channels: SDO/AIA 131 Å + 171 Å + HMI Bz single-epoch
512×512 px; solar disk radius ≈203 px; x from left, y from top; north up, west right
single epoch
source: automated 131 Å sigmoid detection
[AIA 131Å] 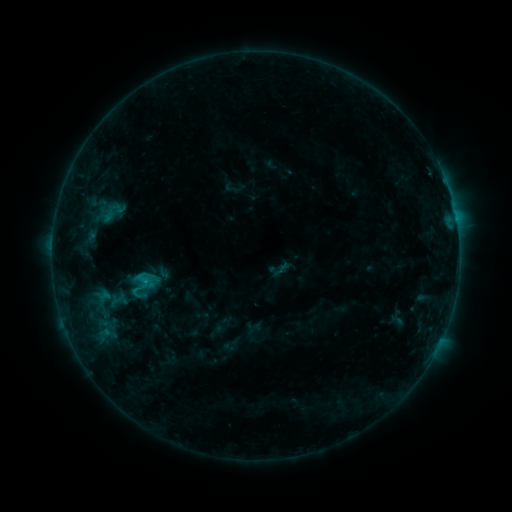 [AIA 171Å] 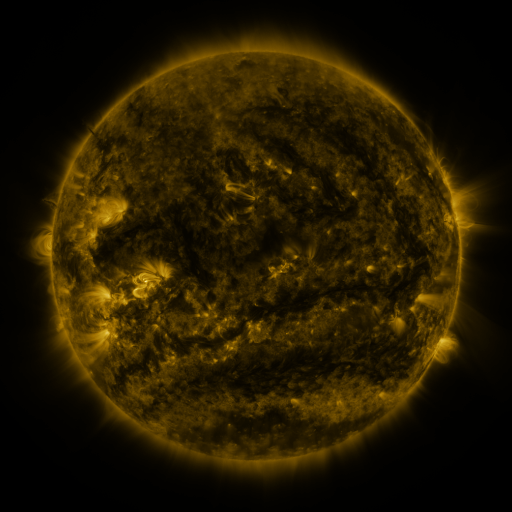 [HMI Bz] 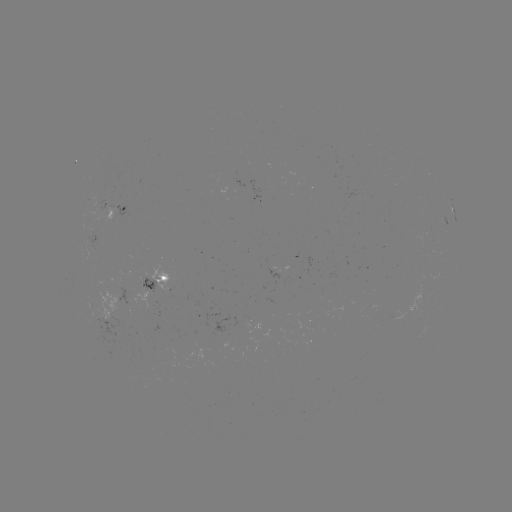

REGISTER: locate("sigmoid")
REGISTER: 141,286